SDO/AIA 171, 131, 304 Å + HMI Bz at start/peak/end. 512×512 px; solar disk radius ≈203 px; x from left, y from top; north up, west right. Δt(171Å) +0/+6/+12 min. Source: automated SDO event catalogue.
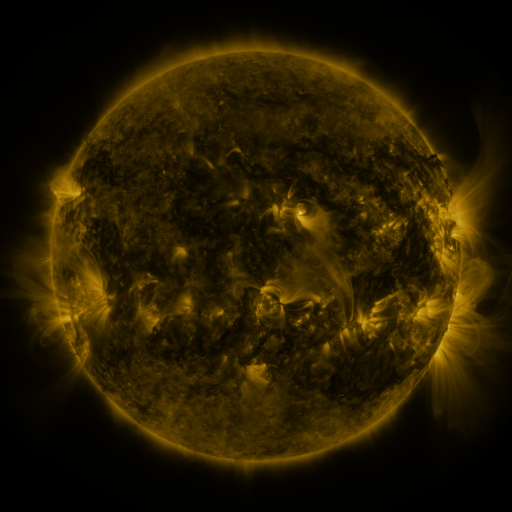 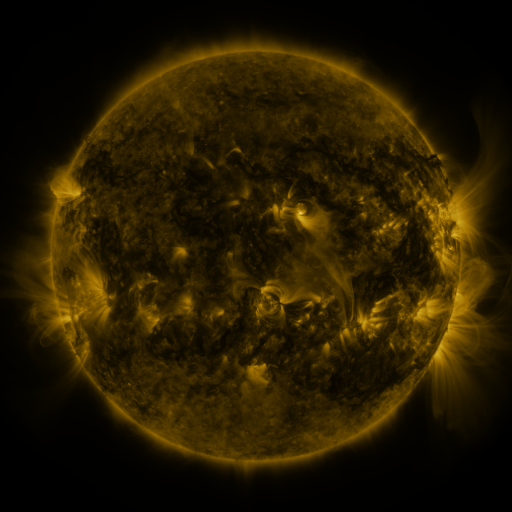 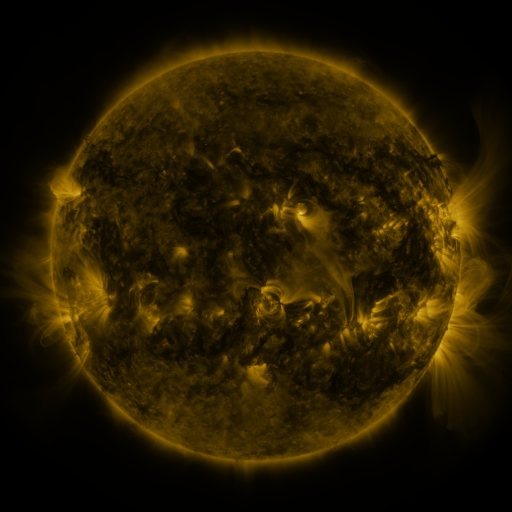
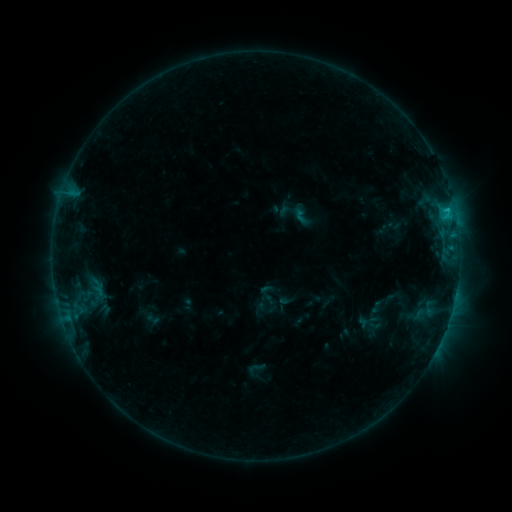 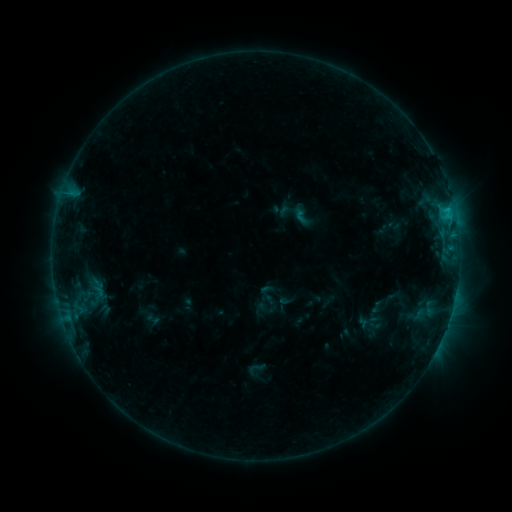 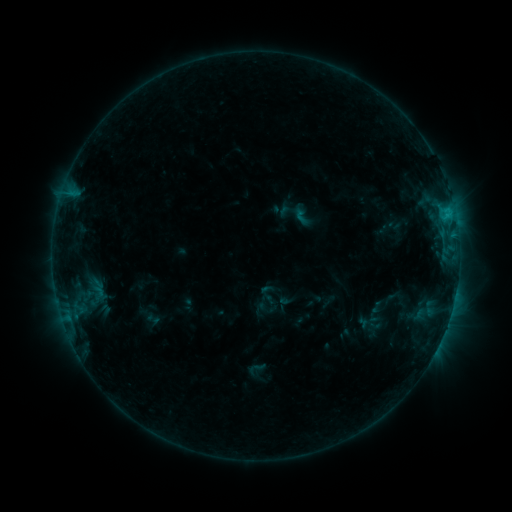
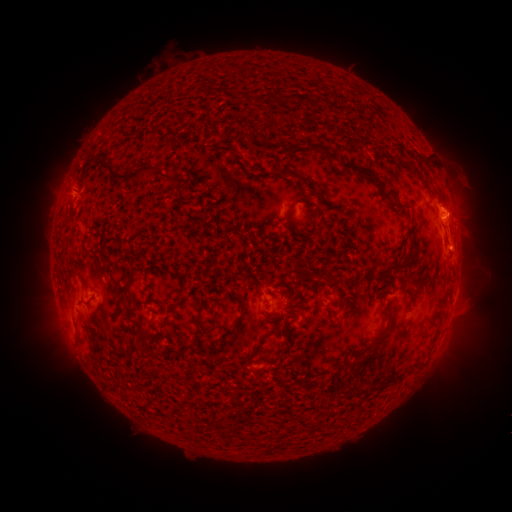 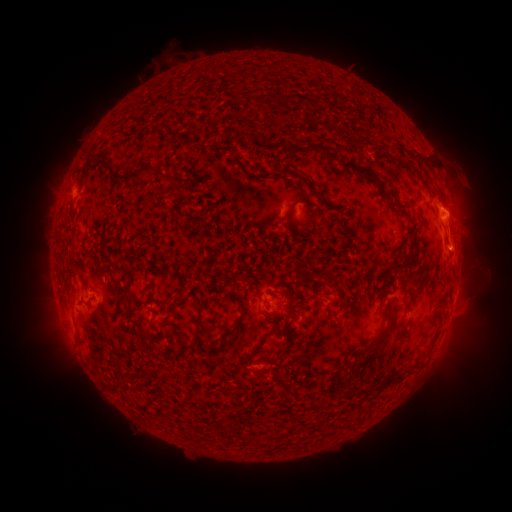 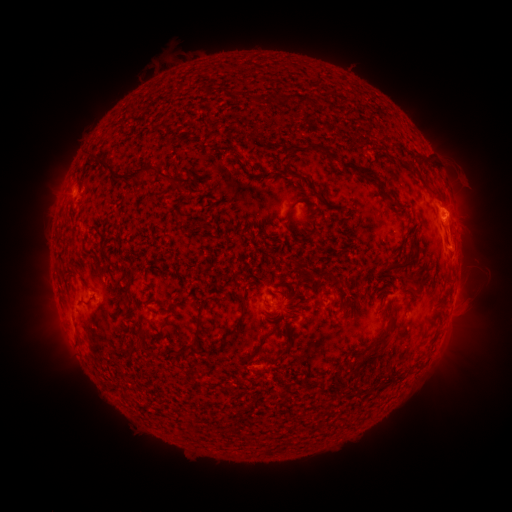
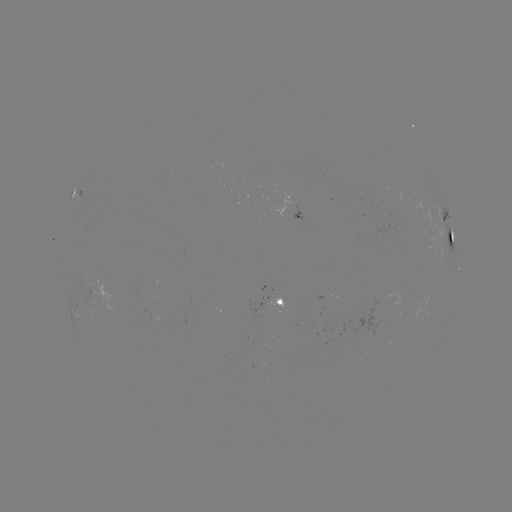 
no classed flare was catalogued and no EUV brightening was flagged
